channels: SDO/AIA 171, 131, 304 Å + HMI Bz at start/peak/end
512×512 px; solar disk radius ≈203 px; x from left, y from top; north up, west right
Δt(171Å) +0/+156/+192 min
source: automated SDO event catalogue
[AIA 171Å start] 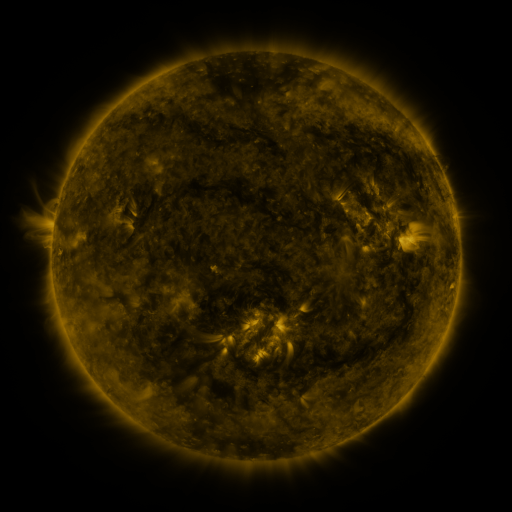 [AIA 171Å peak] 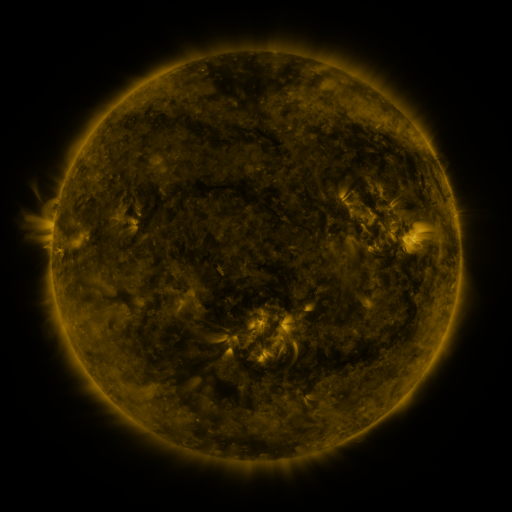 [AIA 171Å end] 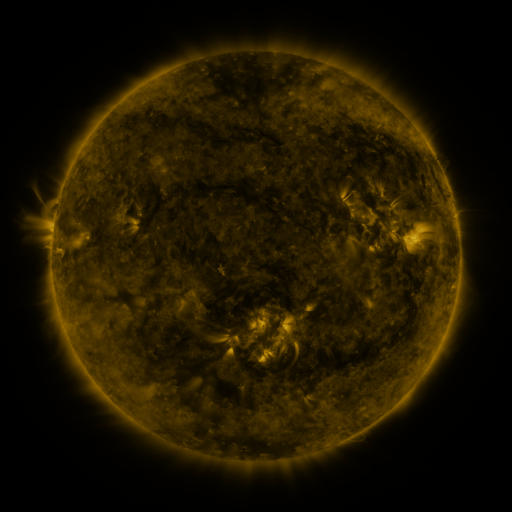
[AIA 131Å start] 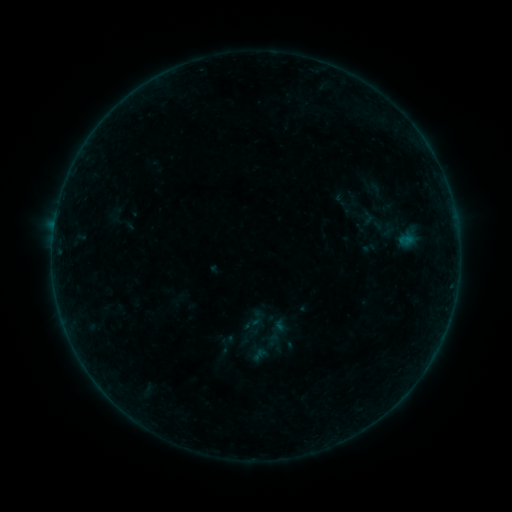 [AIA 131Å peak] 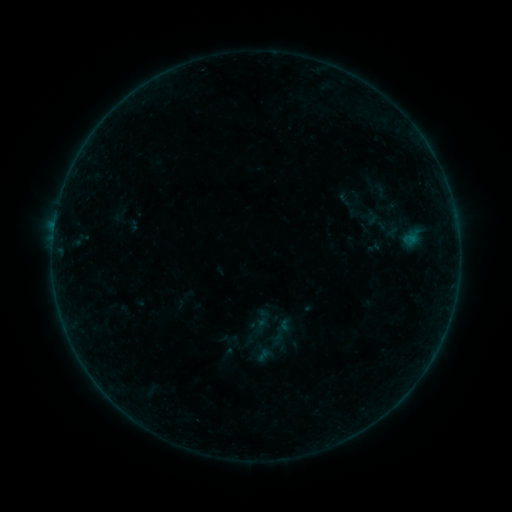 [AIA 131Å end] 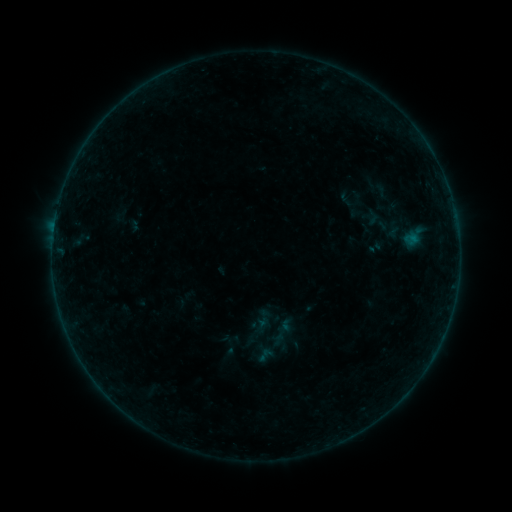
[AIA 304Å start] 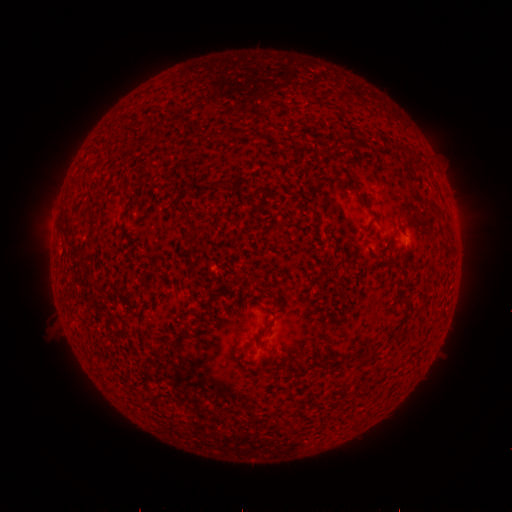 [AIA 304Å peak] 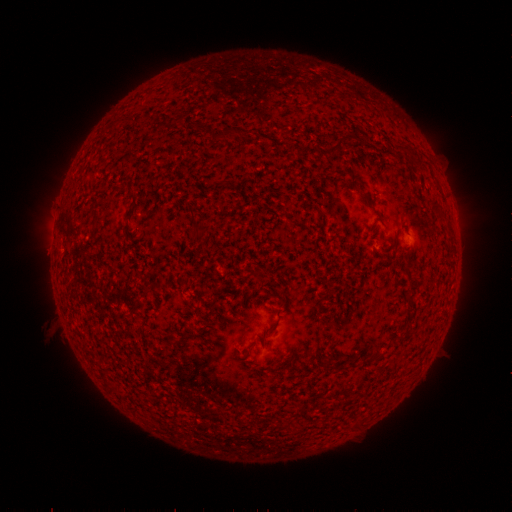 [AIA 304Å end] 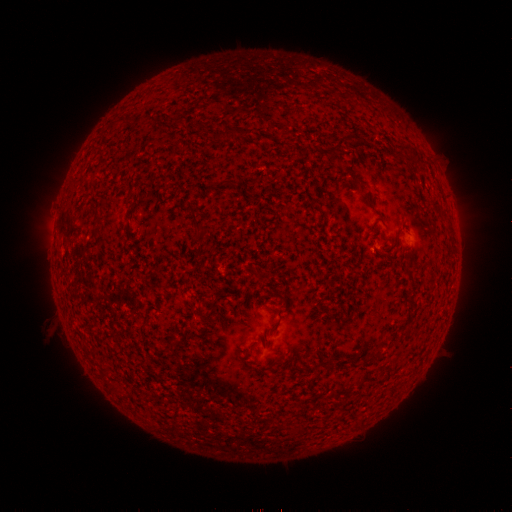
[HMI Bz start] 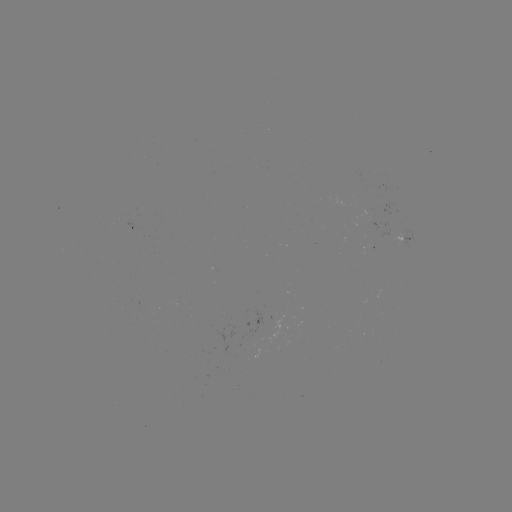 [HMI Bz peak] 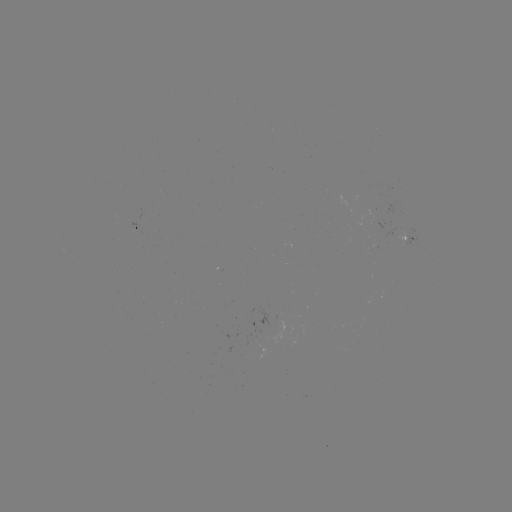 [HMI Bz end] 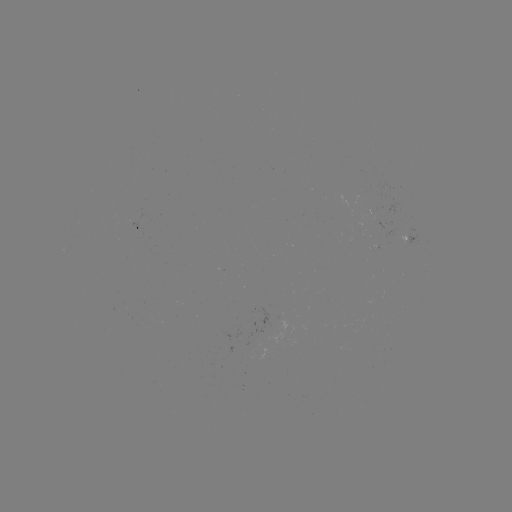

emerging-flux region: (366, 243, 379, 250)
